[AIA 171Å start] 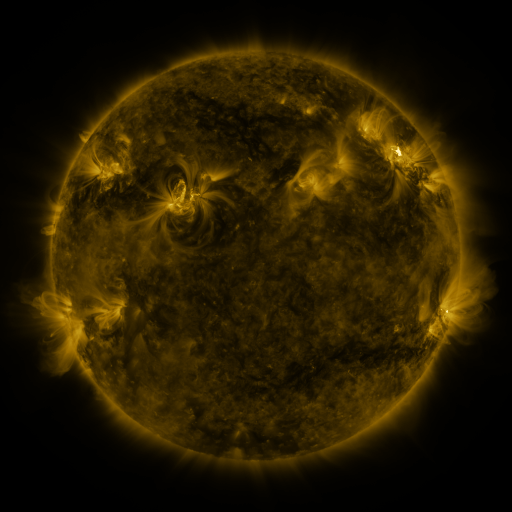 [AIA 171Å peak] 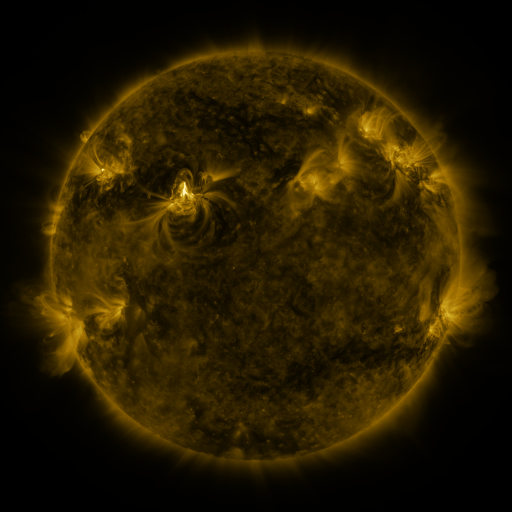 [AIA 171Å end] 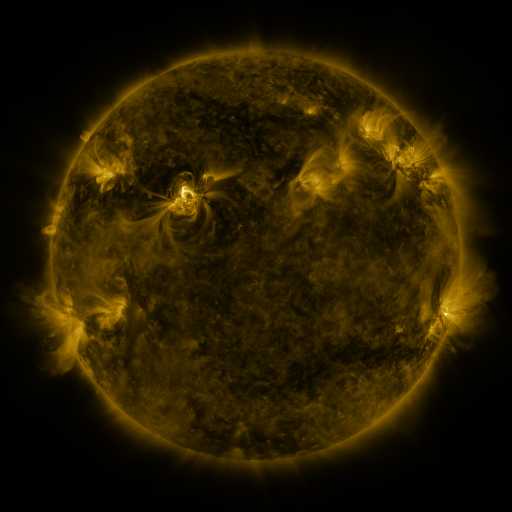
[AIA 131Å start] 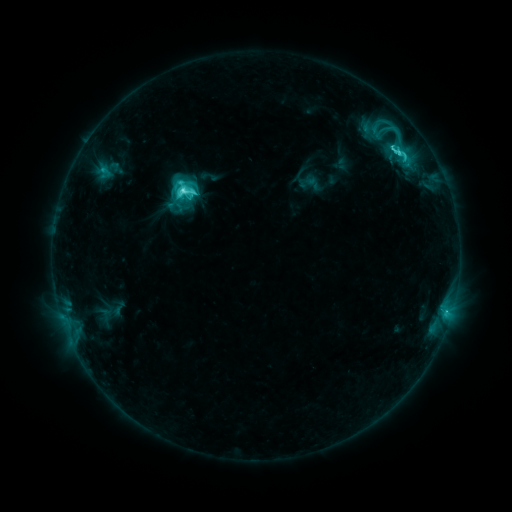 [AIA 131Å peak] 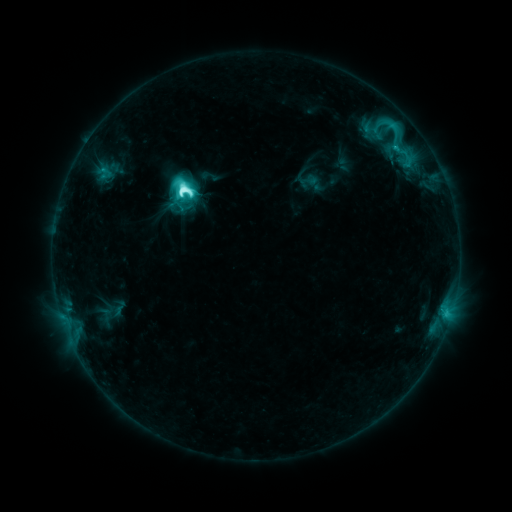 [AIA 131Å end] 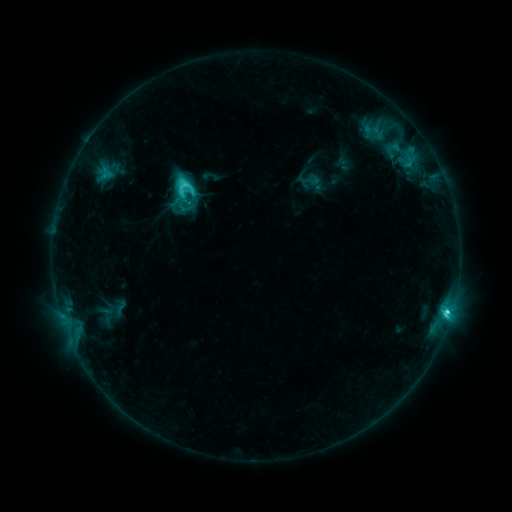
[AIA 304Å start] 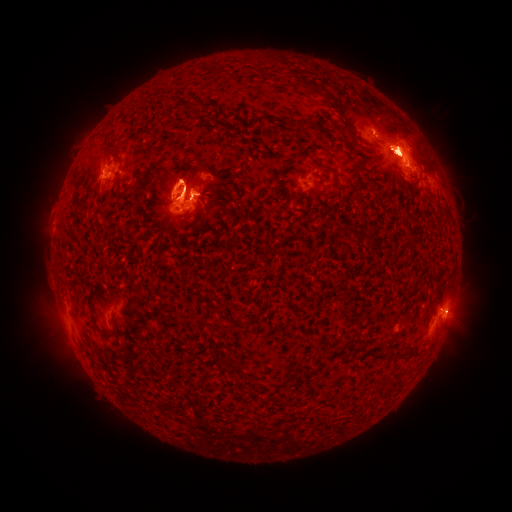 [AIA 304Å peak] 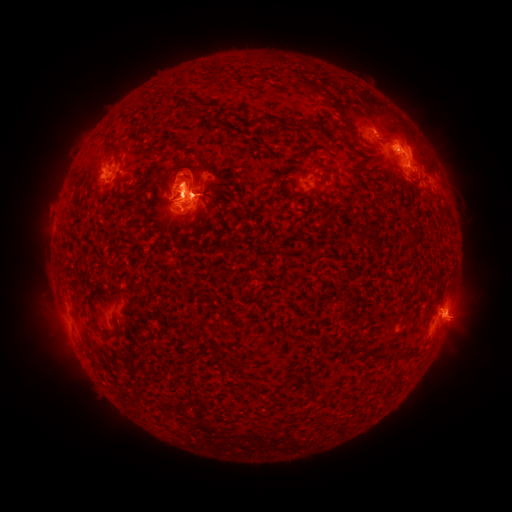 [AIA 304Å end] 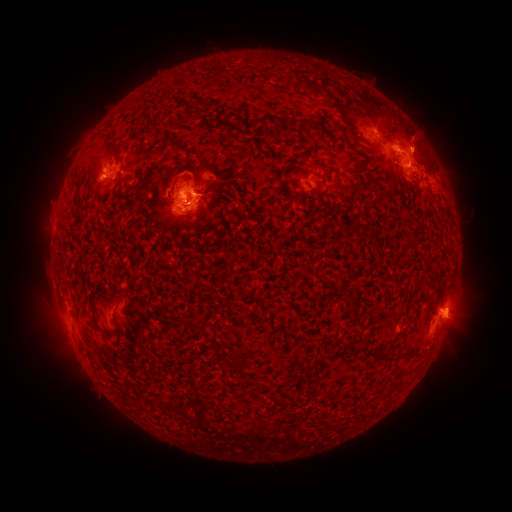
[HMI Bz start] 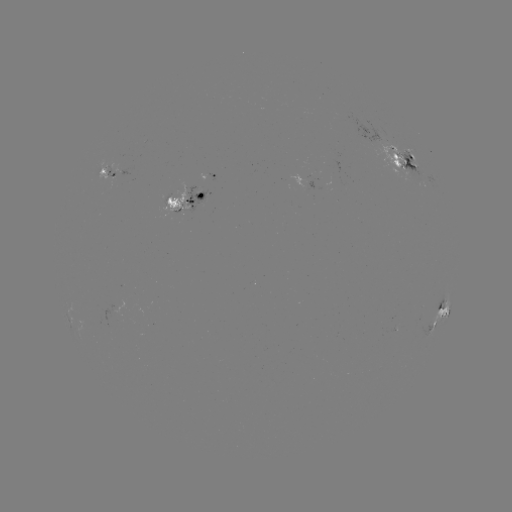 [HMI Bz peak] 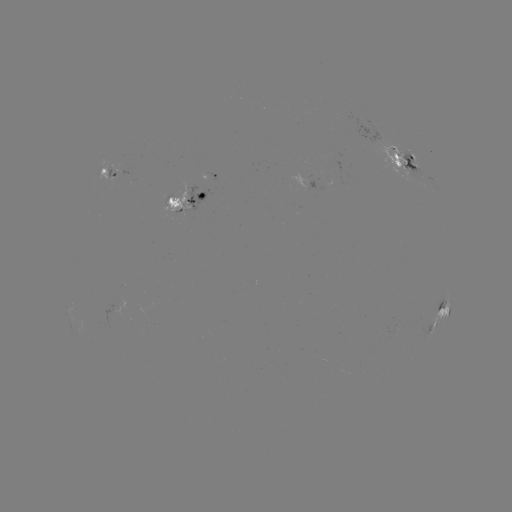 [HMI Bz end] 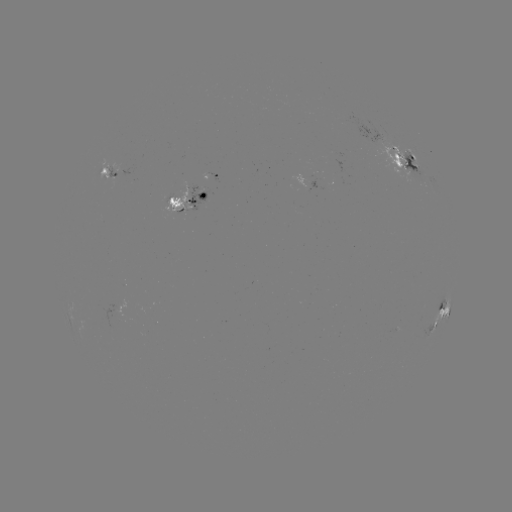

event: emerging-flux region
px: (171, 201)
